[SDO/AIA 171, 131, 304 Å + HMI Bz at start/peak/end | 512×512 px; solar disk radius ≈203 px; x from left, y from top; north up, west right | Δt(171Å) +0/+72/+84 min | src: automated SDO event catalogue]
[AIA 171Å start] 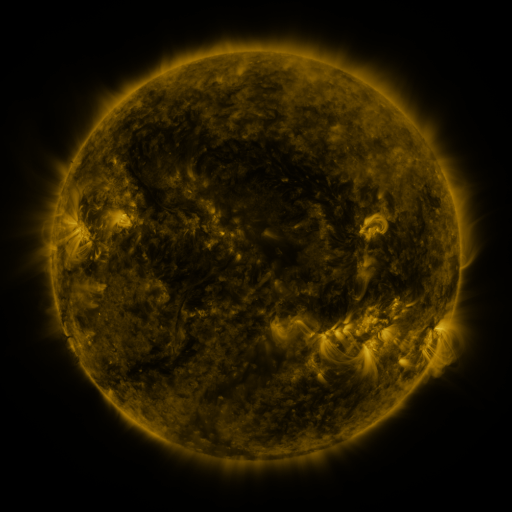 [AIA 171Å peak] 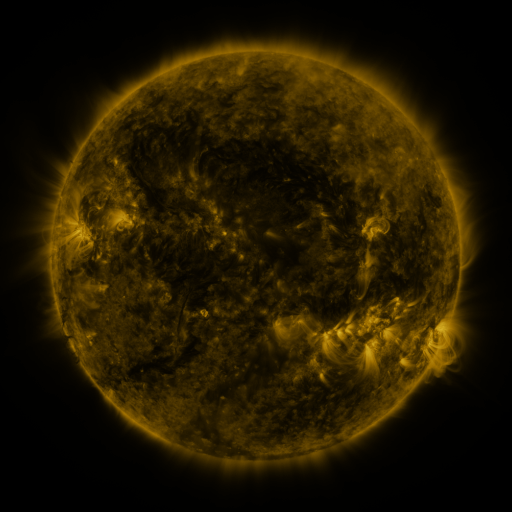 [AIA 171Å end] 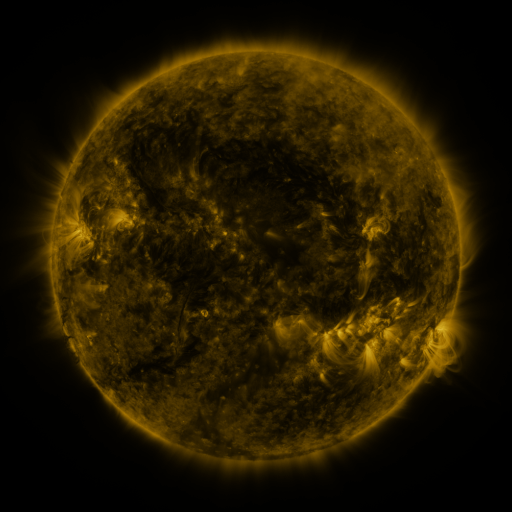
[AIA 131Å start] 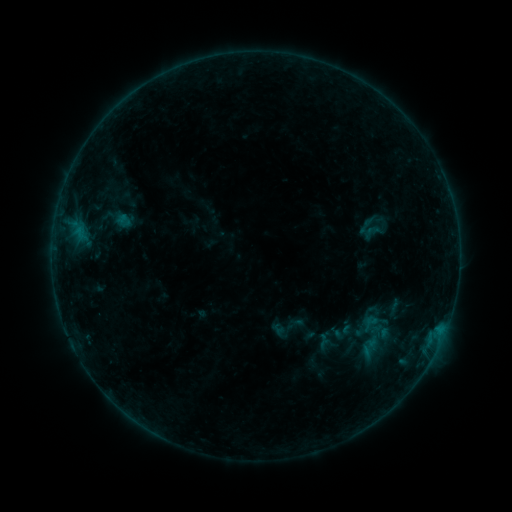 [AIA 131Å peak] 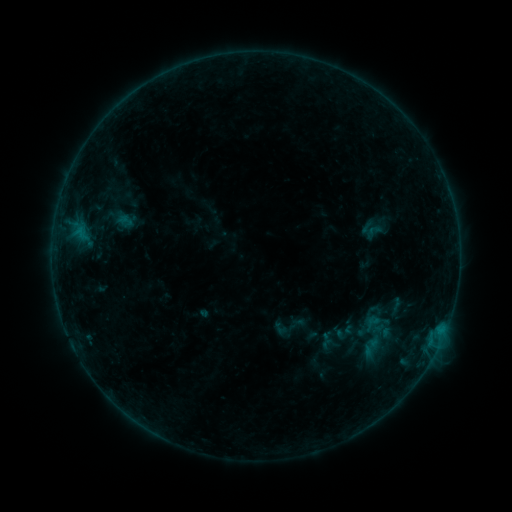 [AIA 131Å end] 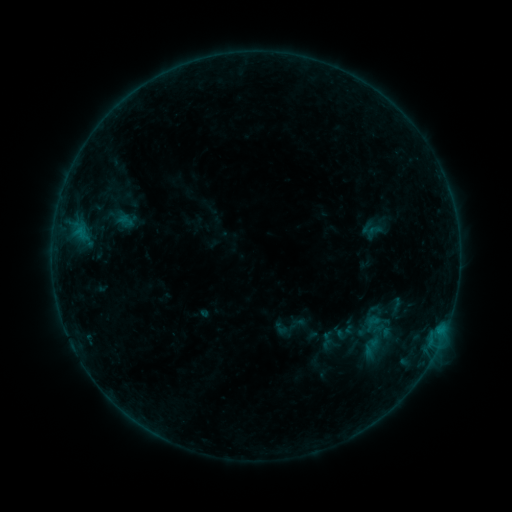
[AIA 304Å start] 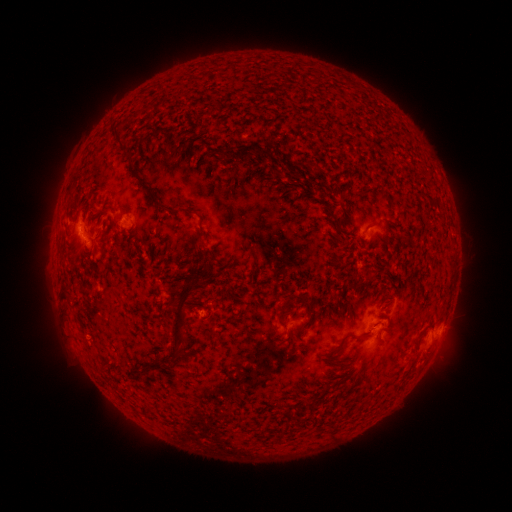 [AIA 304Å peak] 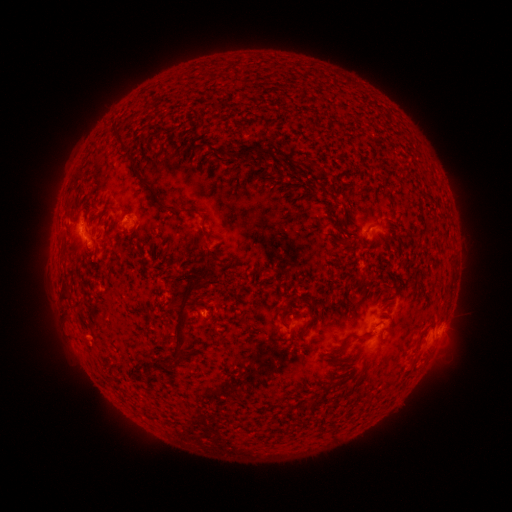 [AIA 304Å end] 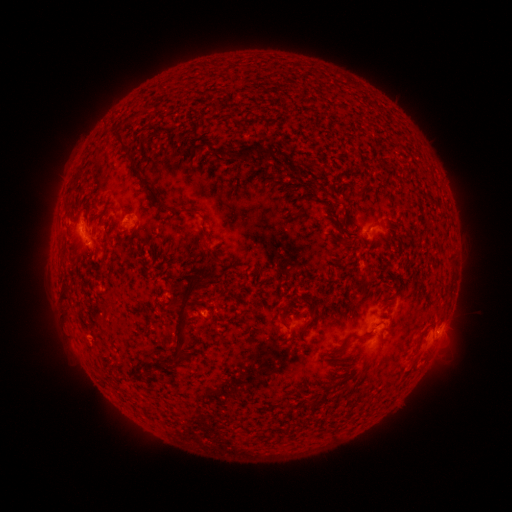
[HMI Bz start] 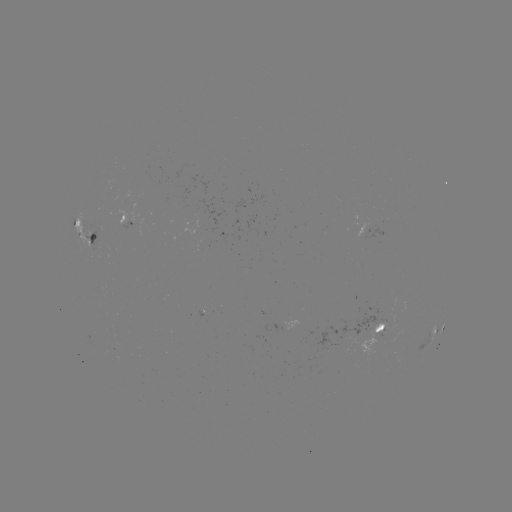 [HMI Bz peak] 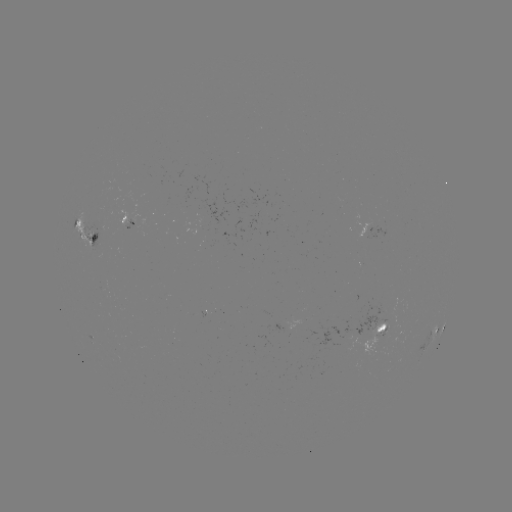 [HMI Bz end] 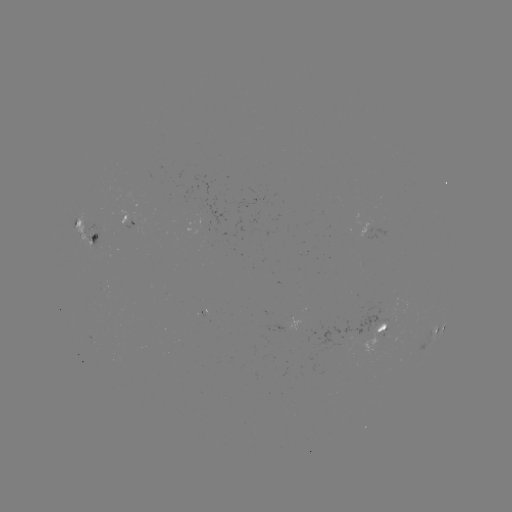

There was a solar emerging-flux region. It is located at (390, 325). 